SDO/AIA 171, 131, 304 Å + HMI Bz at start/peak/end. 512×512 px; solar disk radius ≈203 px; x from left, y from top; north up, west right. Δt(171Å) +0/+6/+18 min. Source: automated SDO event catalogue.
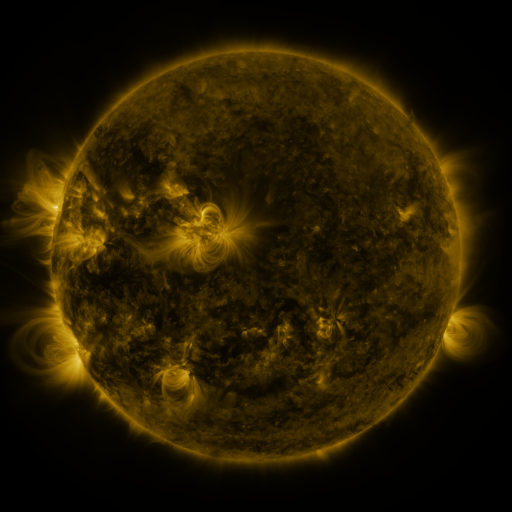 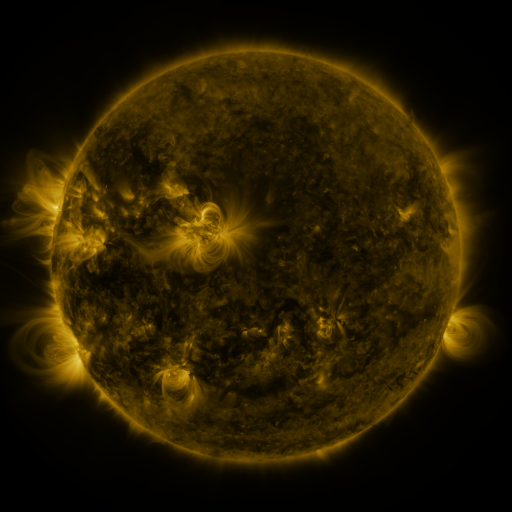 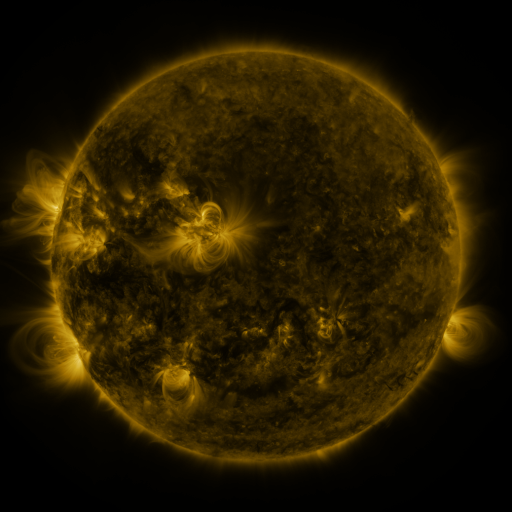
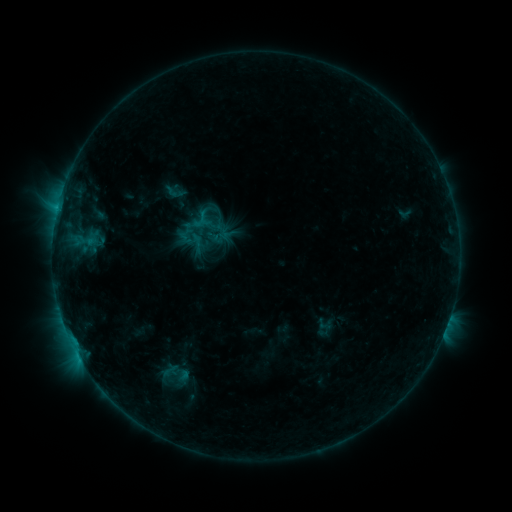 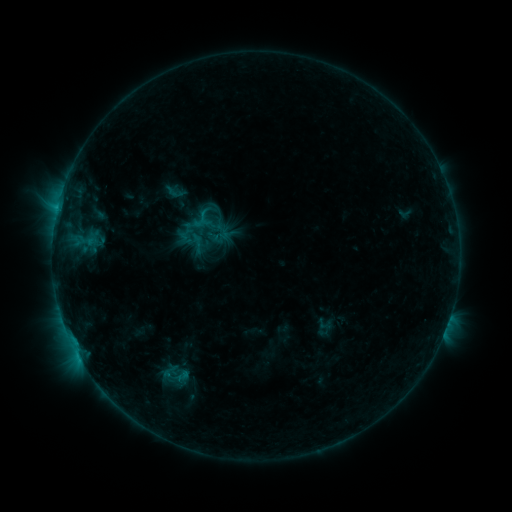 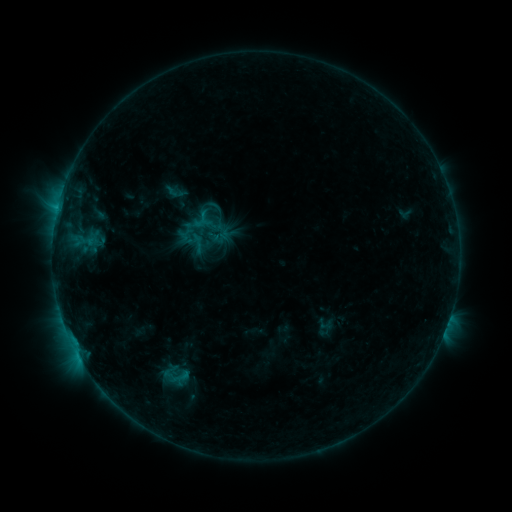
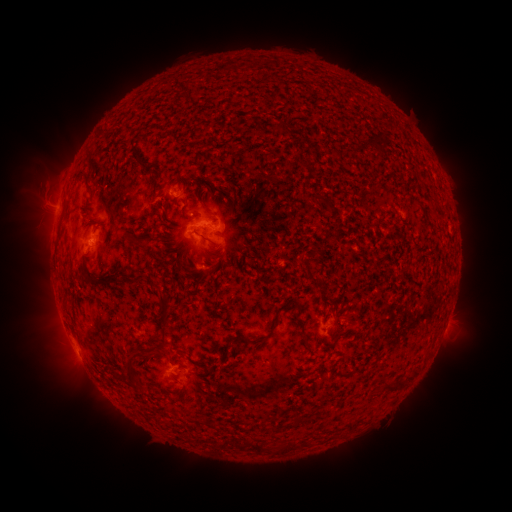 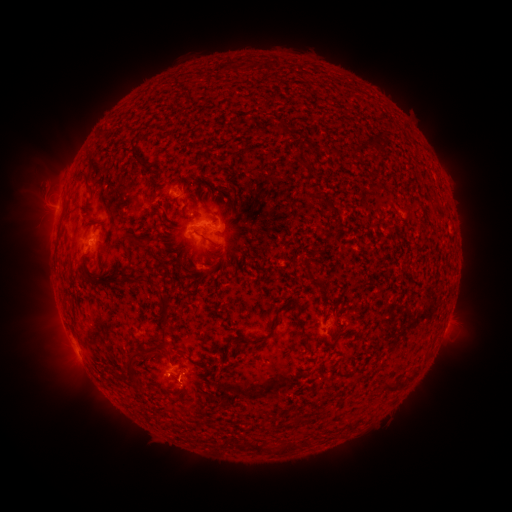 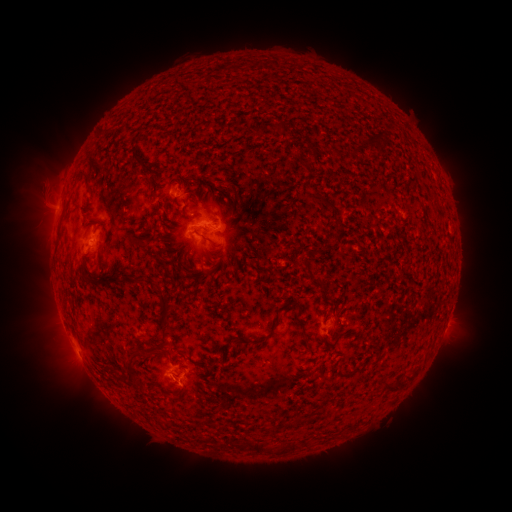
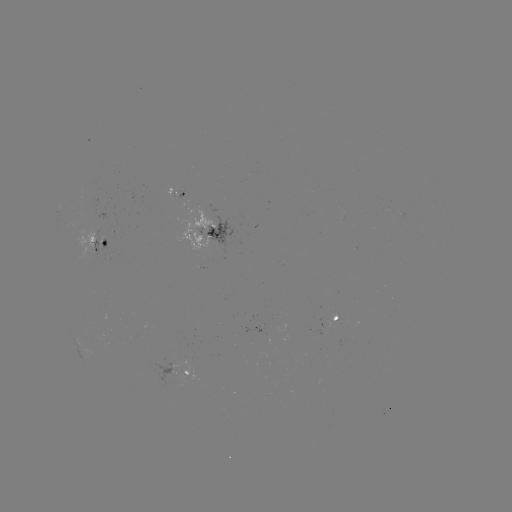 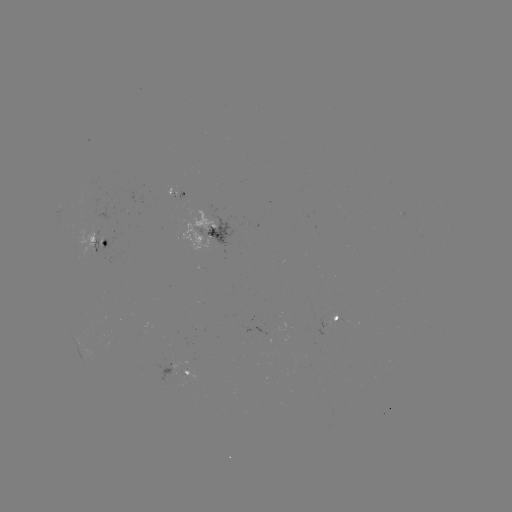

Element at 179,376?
B7.2 flare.